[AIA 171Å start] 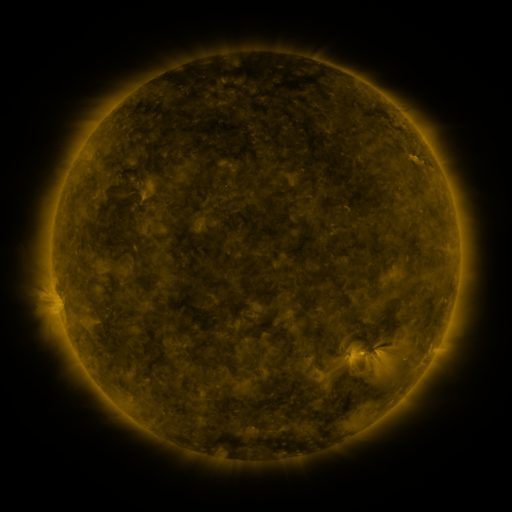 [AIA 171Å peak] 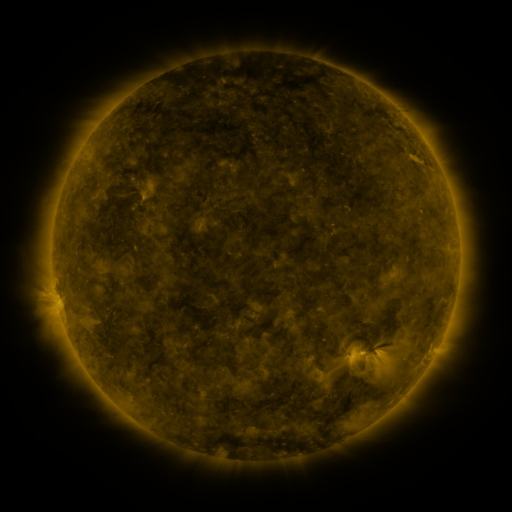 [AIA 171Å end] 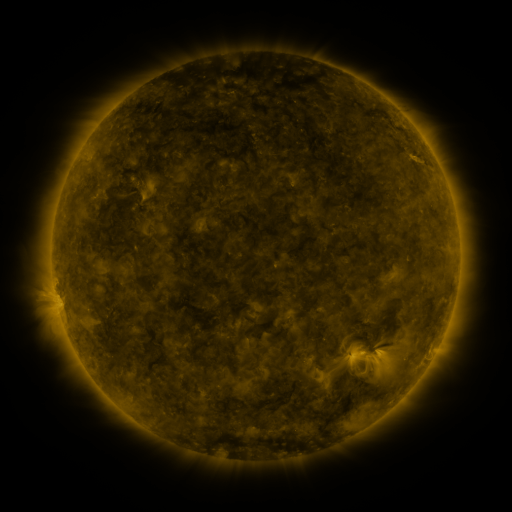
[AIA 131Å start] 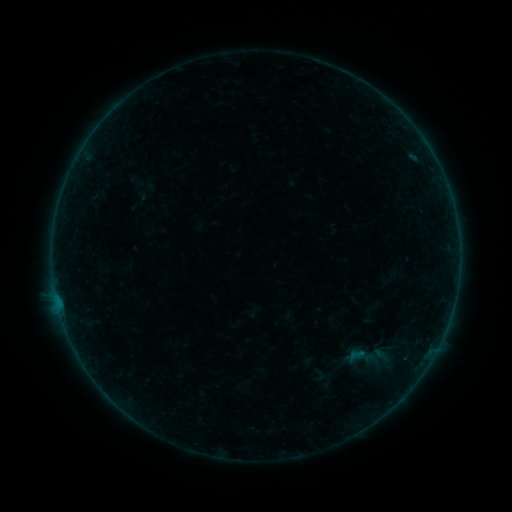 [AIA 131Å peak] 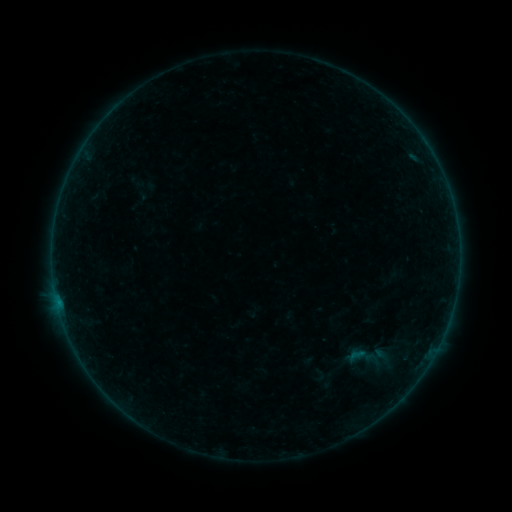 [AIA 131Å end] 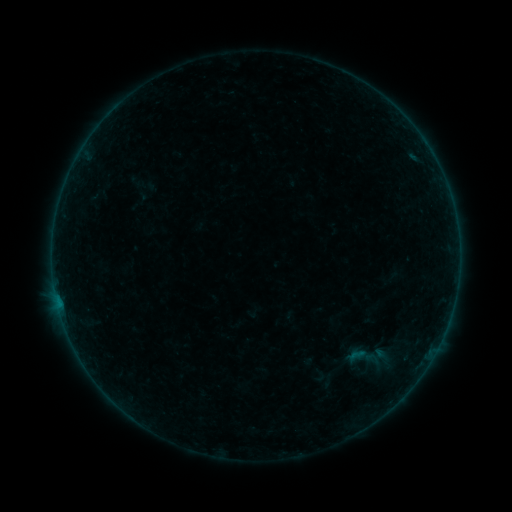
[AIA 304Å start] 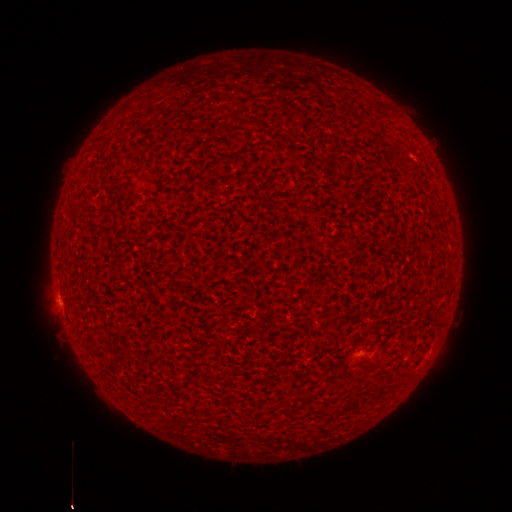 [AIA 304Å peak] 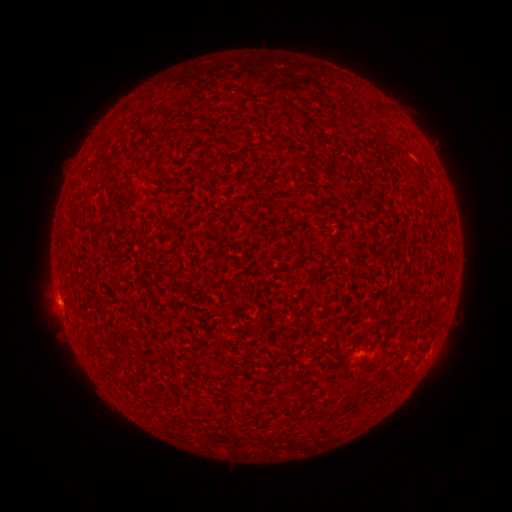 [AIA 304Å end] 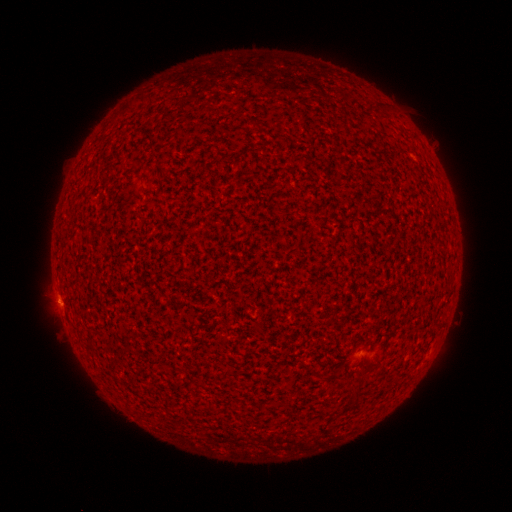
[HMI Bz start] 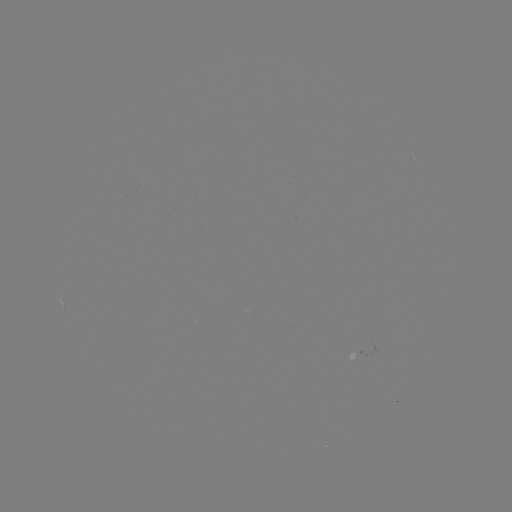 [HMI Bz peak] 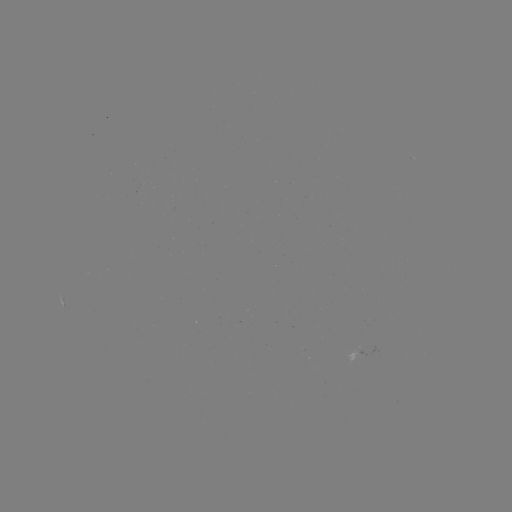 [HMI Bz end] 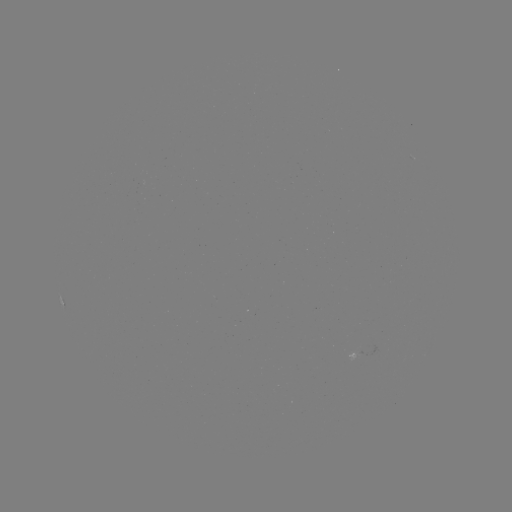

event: flare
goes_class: B1.0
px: (58, 300)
